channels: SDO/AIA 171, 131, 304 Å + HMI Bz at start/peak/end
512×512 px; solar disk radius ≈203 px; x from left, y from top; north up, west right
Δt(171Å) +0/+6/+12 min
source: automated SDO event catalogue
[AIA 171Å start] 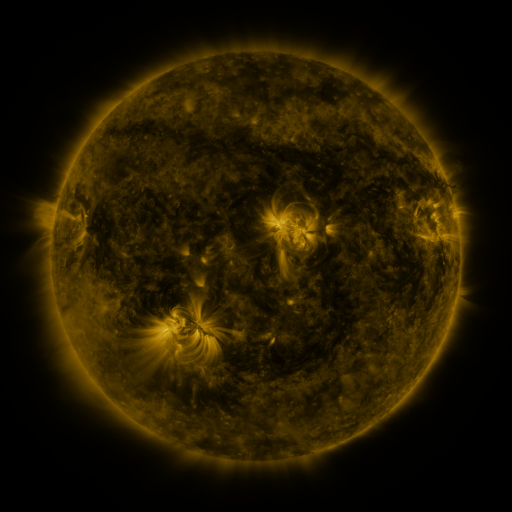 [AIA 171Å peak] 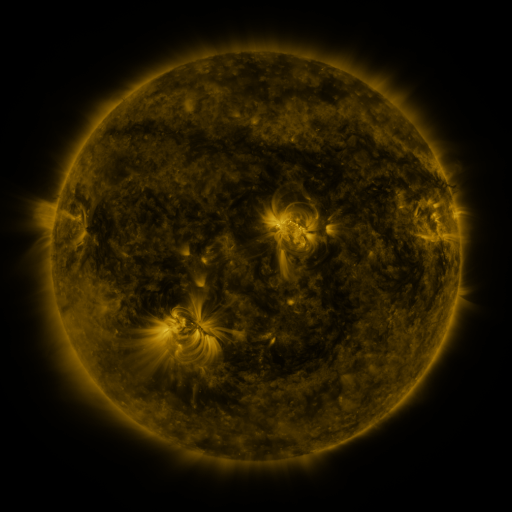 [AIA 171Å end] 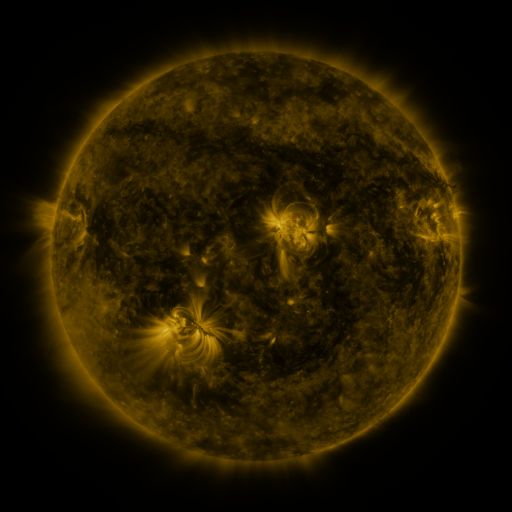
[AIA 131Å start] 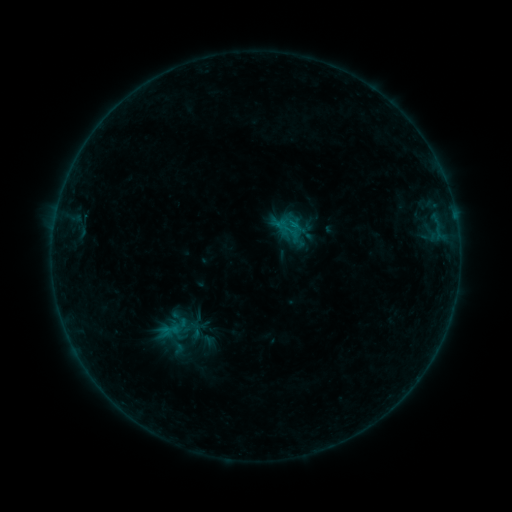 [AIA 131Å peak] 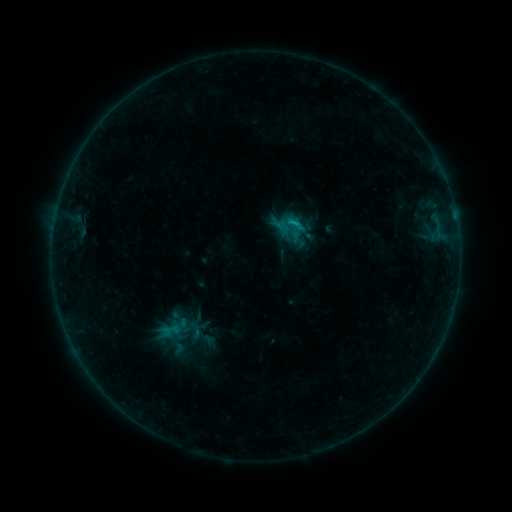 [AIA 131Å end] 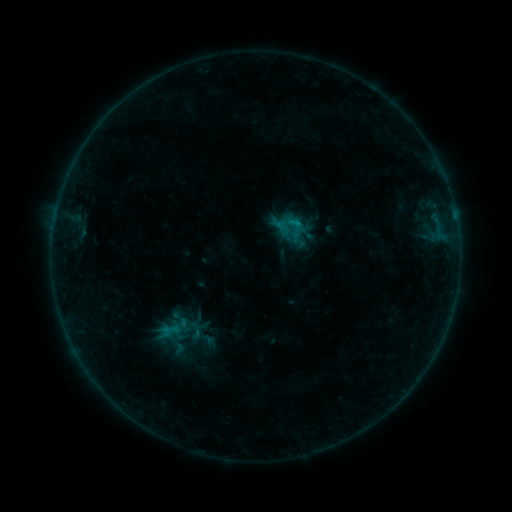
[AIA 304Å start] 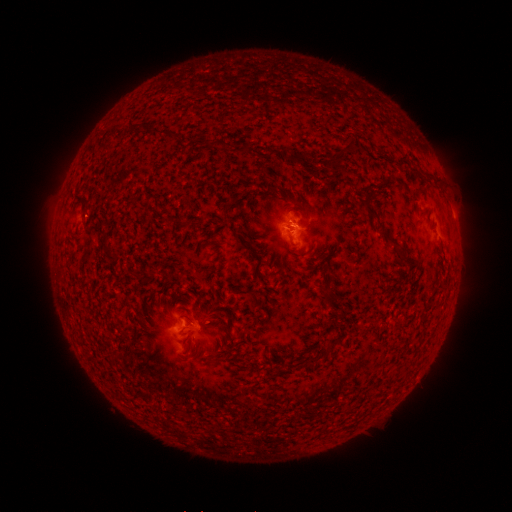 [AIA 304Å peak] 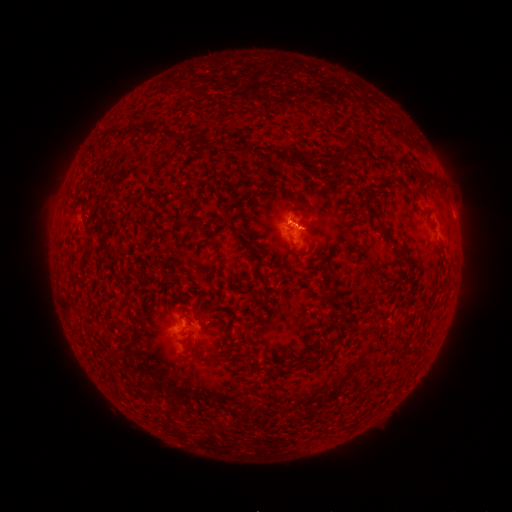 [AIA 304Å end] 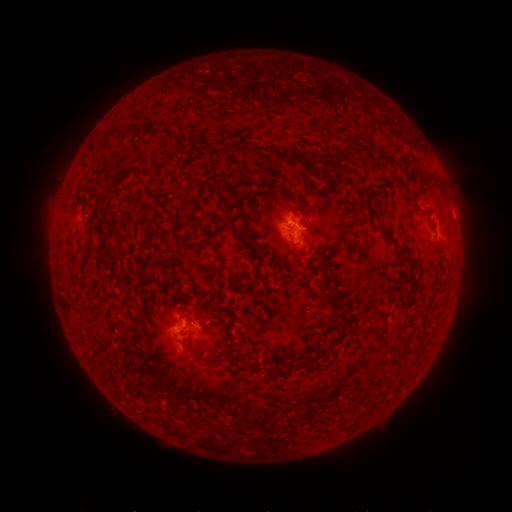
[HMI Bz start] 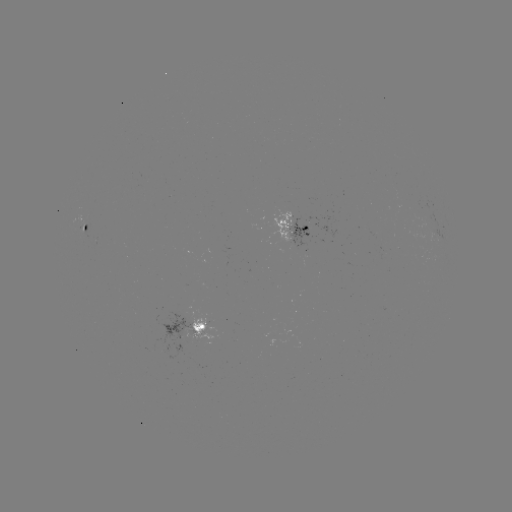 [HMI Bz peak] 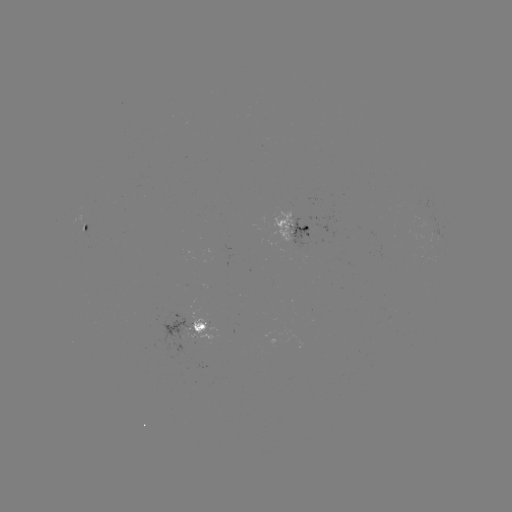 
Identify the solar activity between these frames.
B5.3 flare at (293, 224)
